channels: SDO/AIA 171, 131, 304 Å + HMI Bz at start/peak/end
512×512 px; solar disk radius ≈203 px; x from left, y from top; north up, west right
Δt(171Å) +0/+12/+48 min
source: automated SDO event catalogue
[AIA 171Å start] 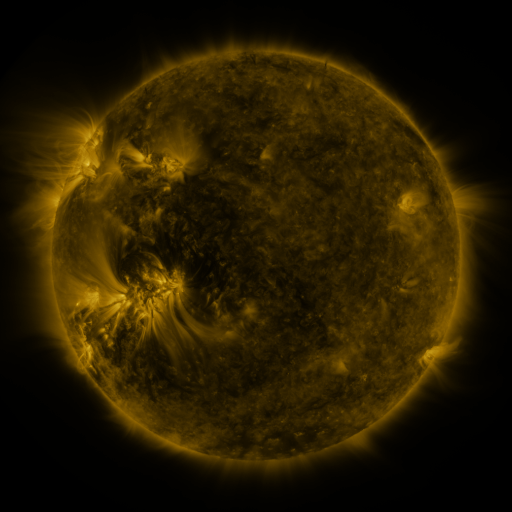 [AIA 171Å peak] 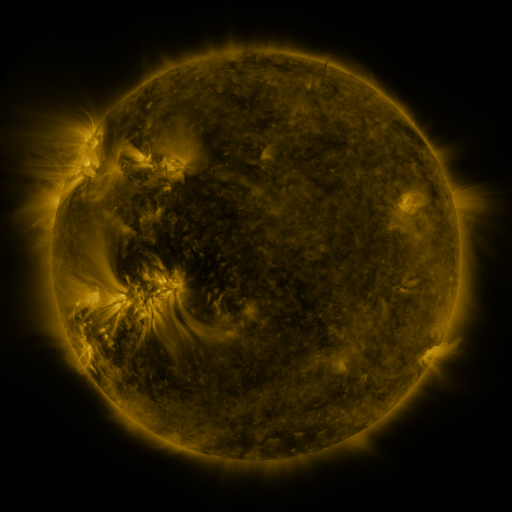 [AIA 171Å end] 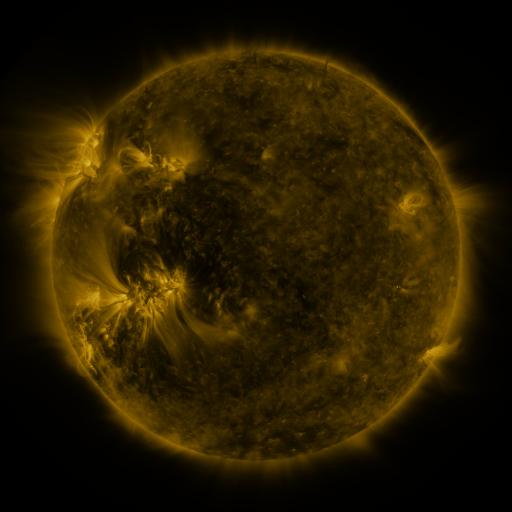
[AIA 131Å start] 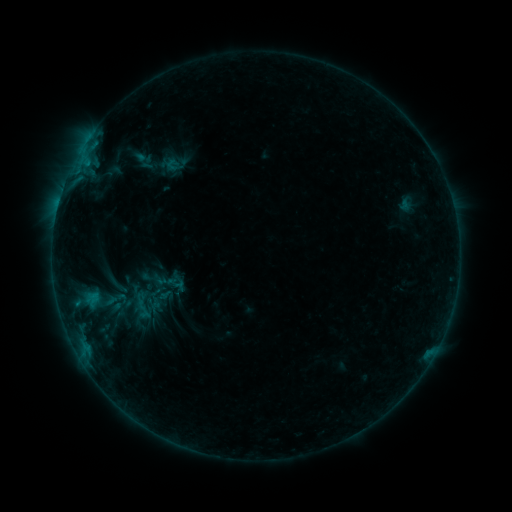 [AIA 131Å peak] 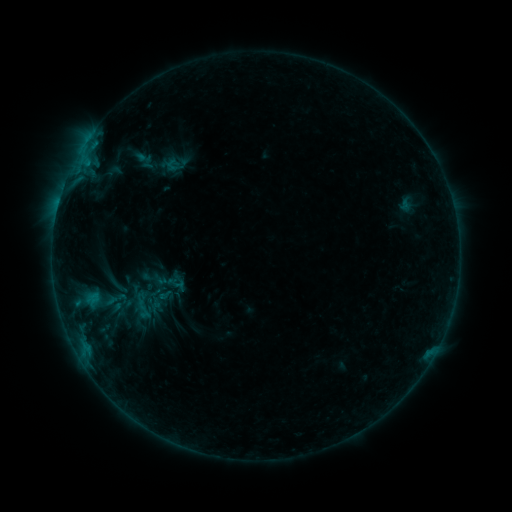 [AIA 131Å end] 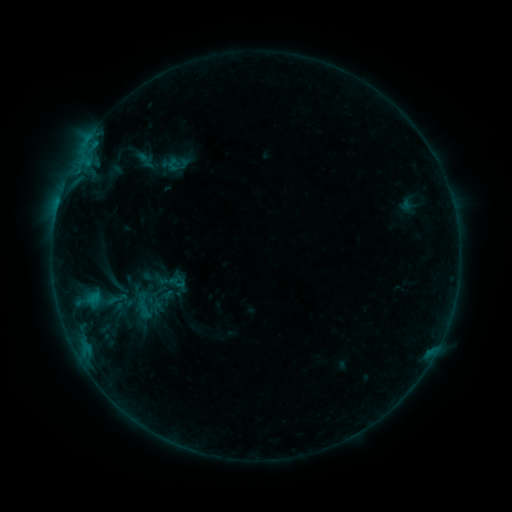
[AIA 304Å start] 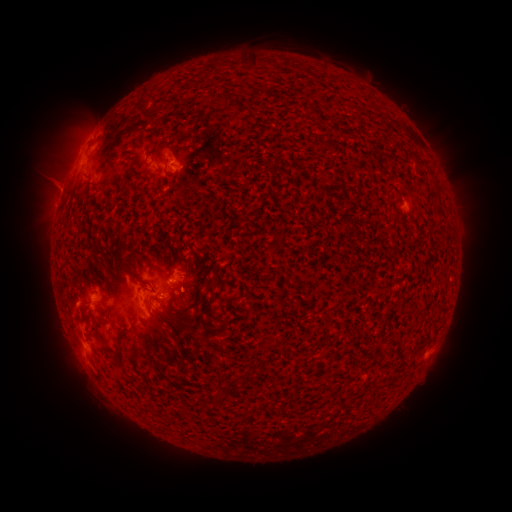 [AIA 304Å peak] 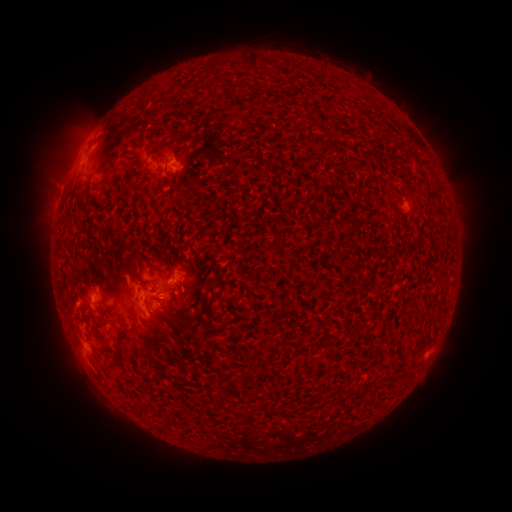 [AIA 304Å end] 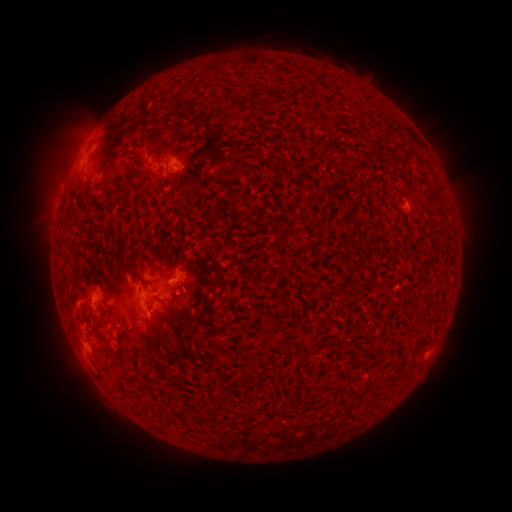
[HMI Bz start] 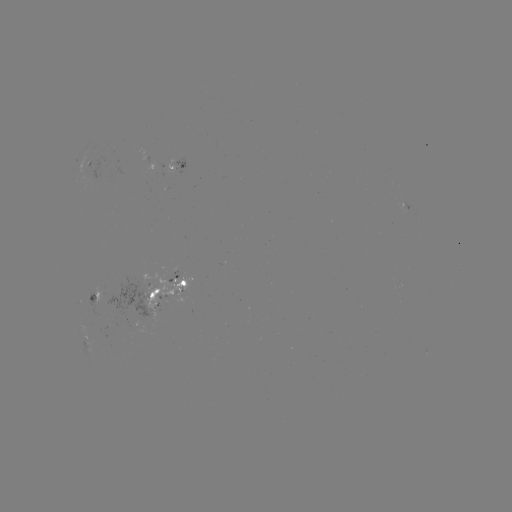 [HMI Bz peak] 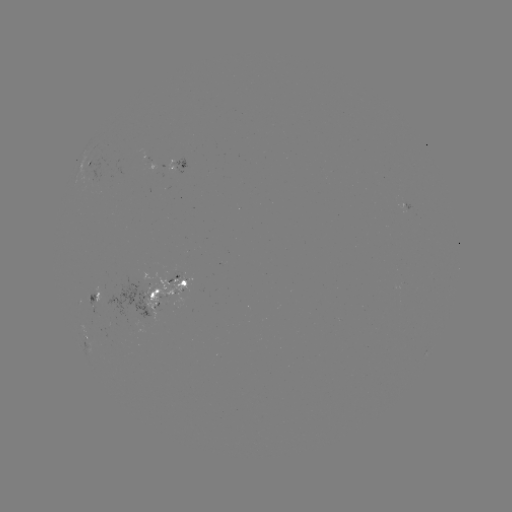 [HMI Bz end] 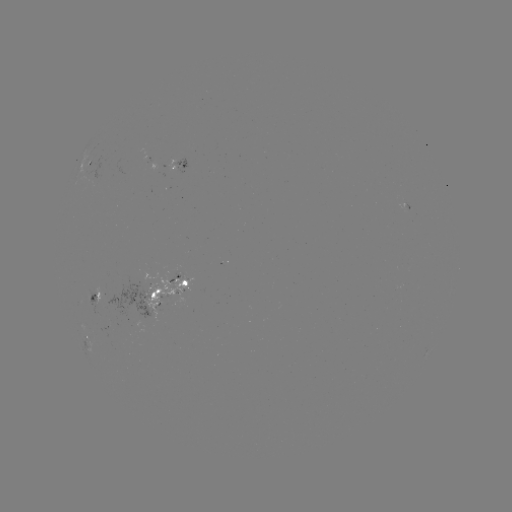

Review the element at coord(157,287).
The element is emerging-flux region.